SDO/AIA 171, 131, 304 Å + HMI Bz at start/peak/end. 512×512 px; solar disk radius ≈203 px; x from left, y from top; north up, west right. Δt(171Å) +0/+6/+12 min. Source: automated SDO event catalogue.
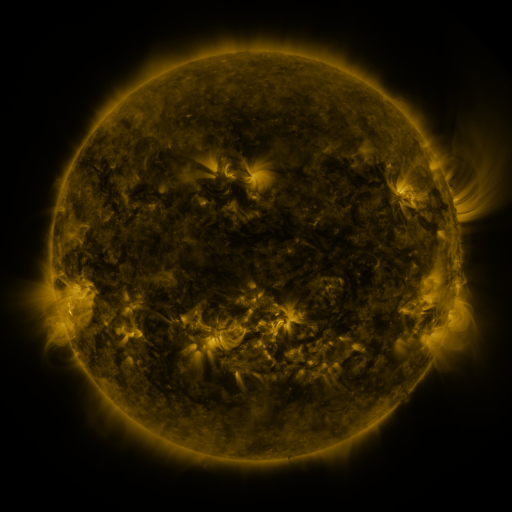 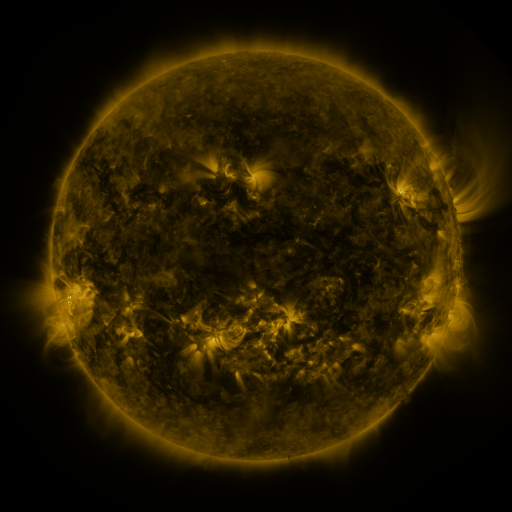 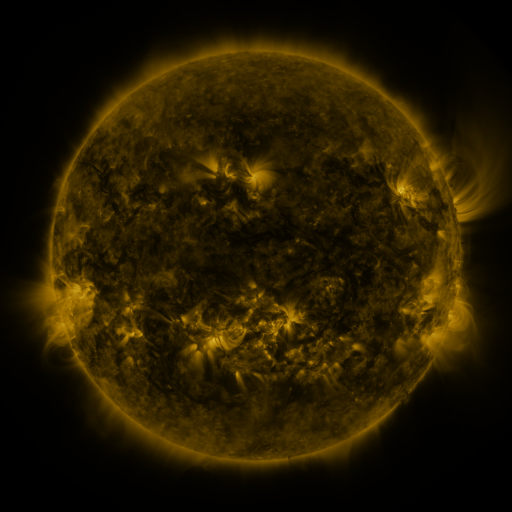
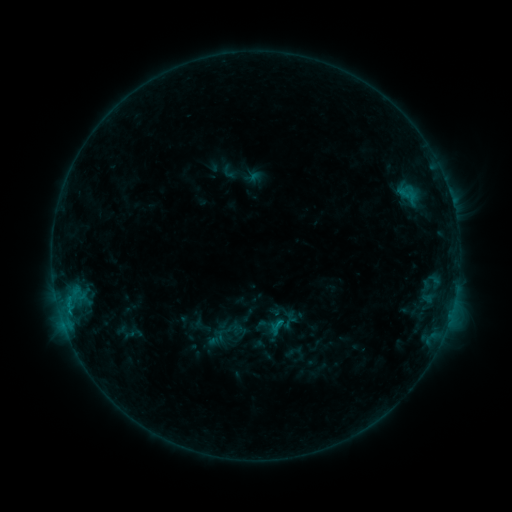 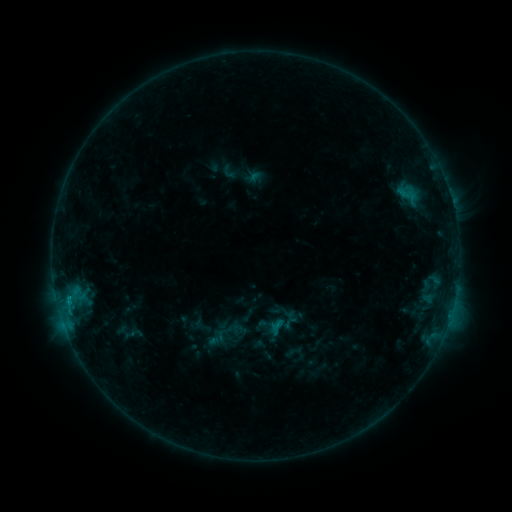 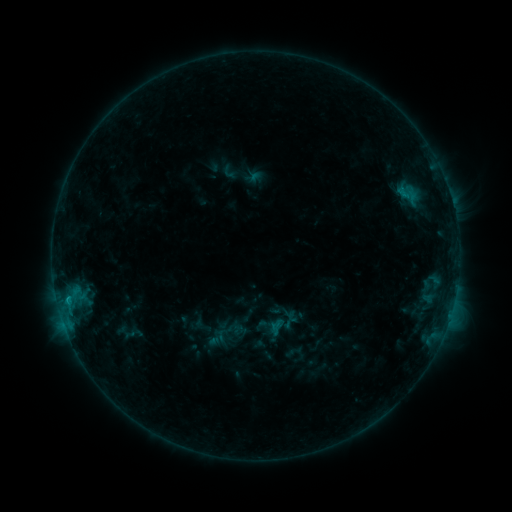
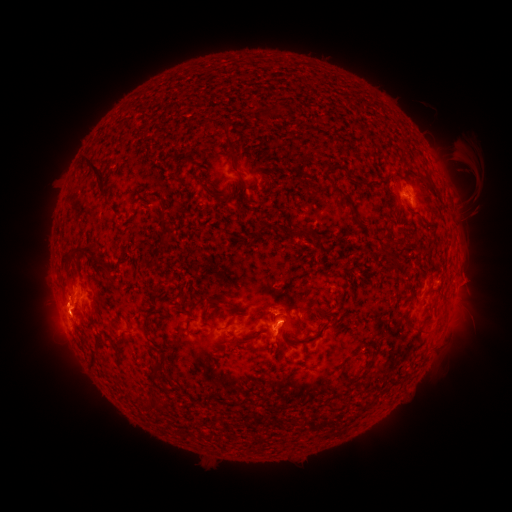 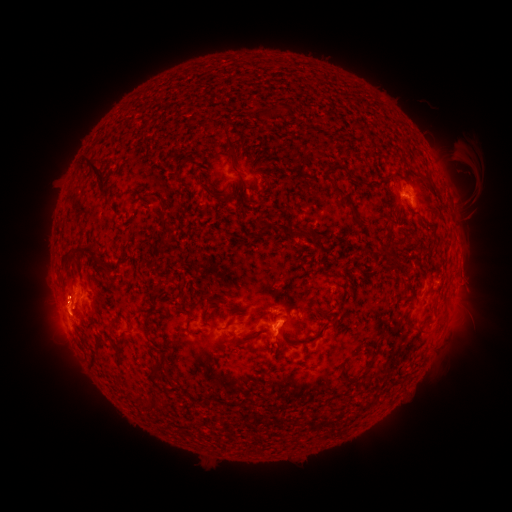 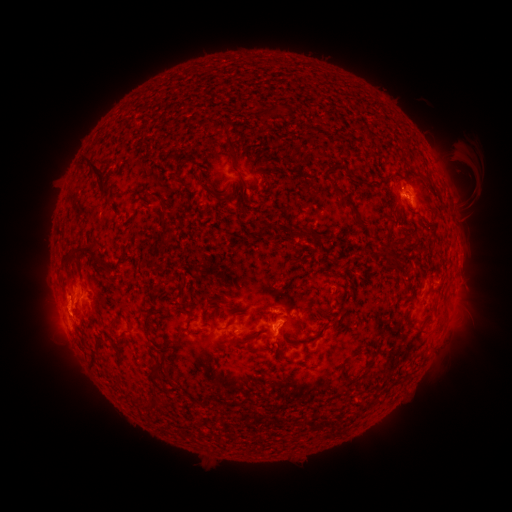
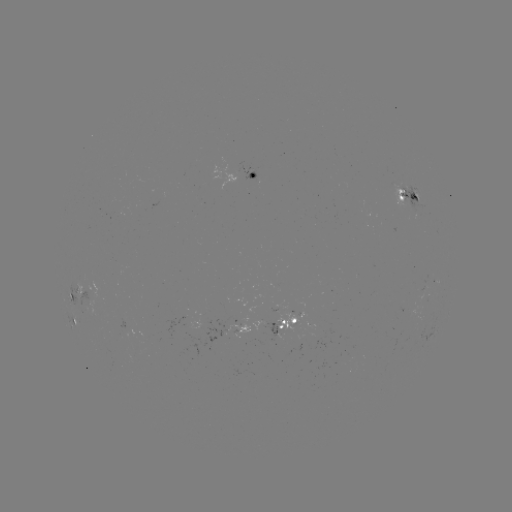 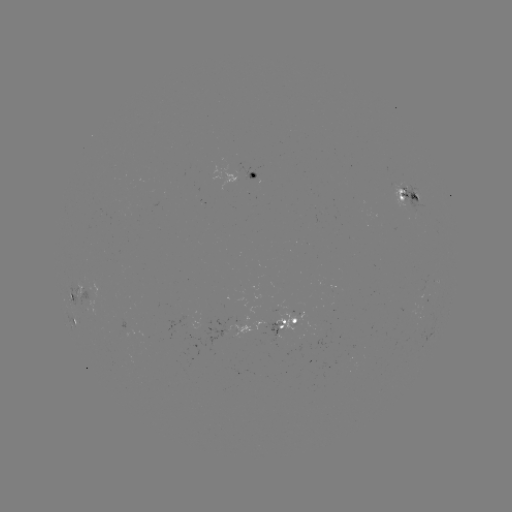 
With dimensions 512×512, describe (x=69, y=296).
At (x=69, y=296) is B9.3 flare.